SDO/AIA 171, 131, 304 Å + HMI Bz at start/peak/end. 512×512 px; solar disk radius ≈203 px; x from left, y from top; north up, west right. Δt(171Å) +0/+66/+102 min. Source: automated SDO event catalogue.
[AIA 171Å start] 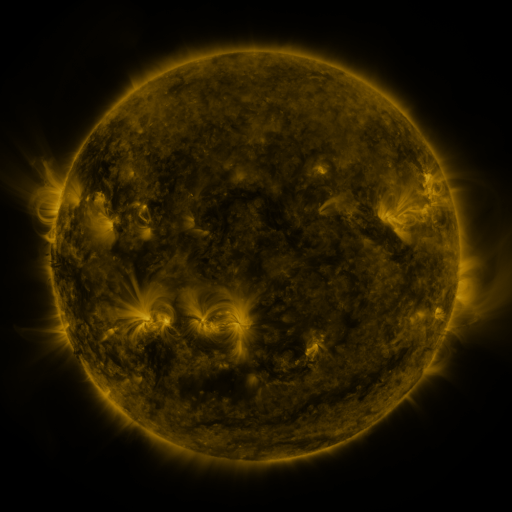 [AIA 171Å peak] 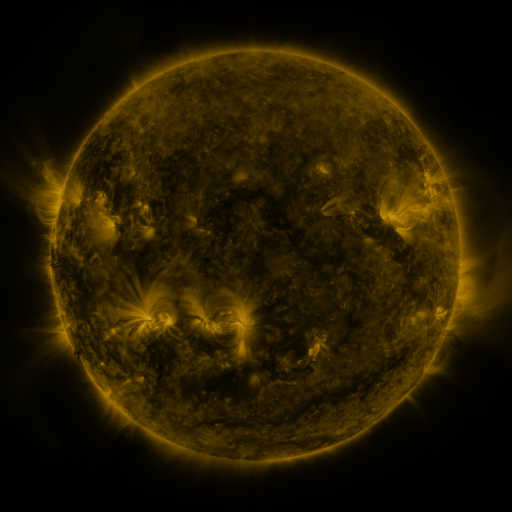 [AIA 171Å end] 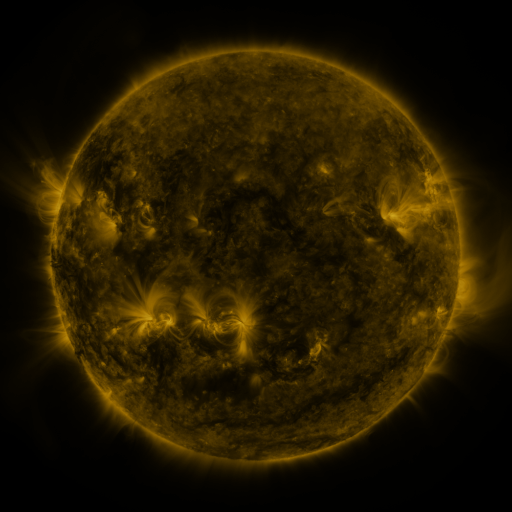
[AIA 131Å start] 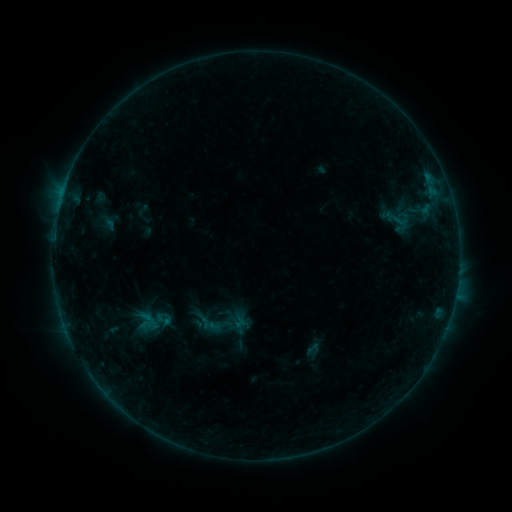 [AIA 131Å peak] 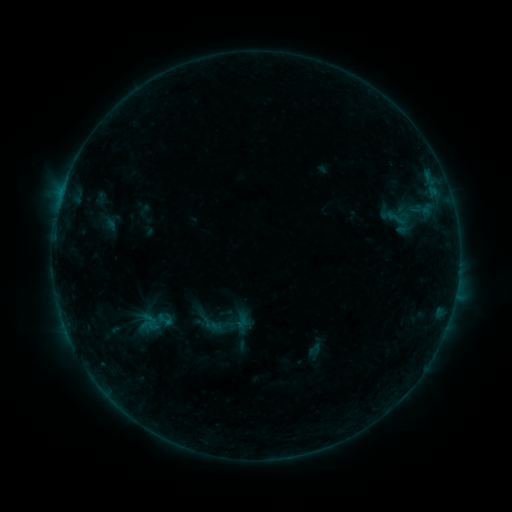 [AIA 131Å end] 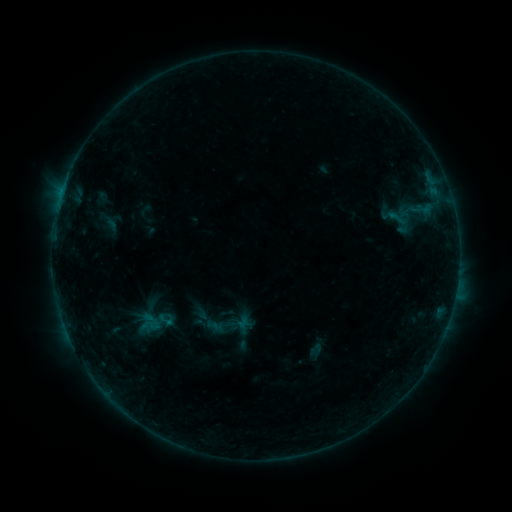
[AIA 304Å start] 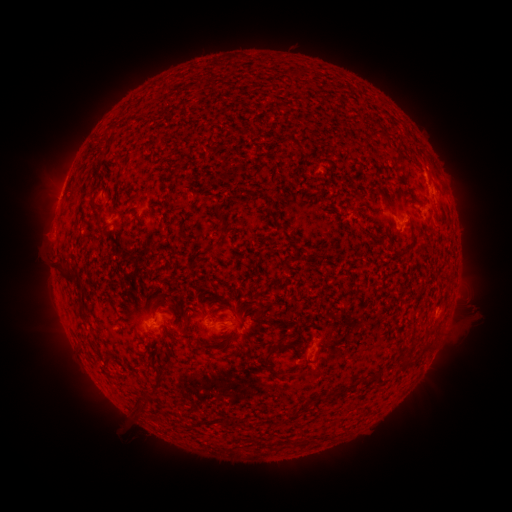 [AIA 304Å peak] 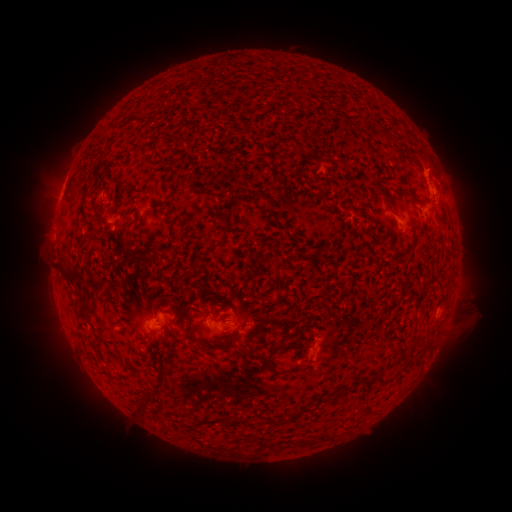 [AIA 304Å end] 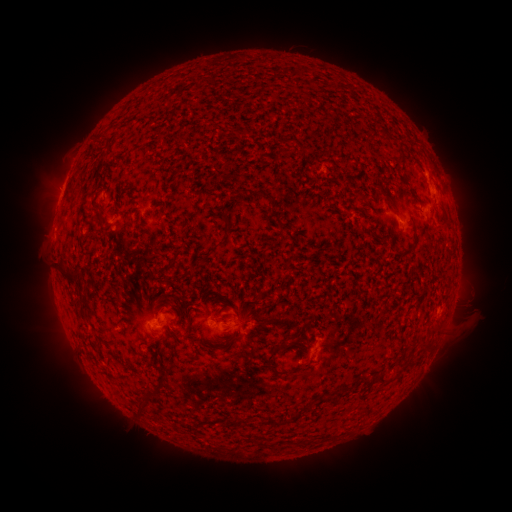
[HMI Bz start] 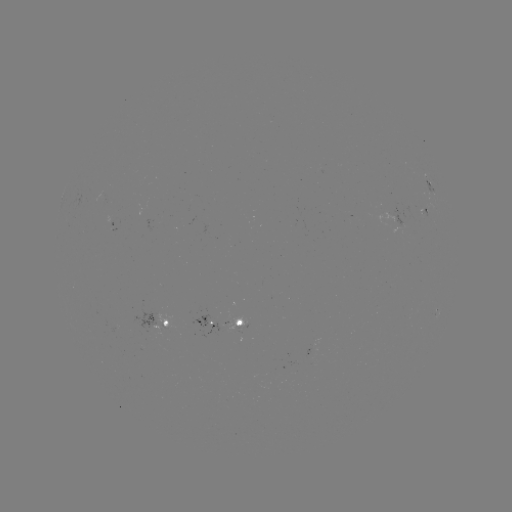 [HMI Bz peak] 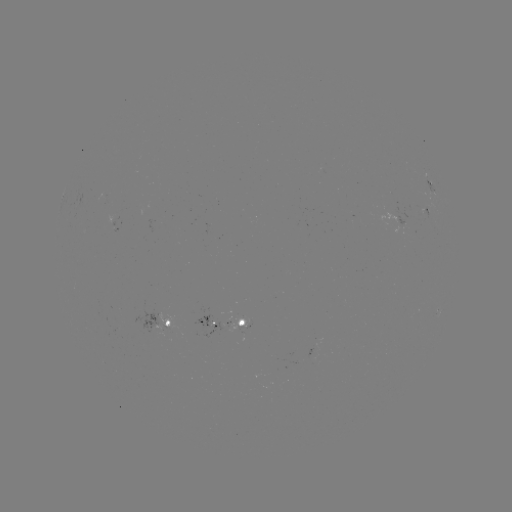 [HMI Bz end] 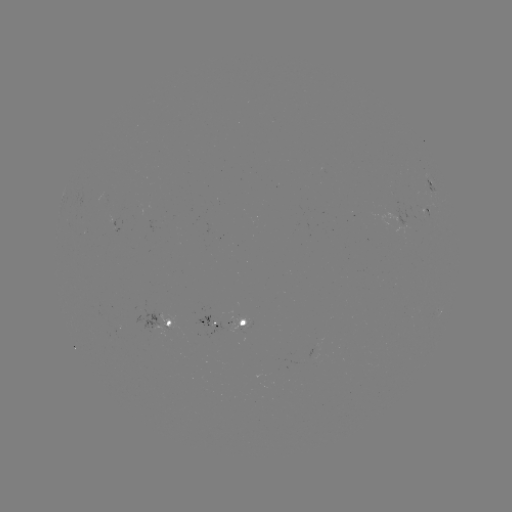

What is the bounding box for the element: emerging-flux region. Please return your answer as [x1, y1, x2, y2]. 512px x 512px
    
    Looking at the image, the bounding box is [391, 207, 414, 234].